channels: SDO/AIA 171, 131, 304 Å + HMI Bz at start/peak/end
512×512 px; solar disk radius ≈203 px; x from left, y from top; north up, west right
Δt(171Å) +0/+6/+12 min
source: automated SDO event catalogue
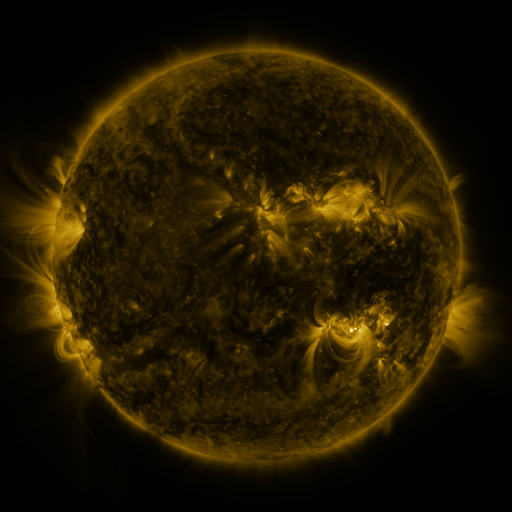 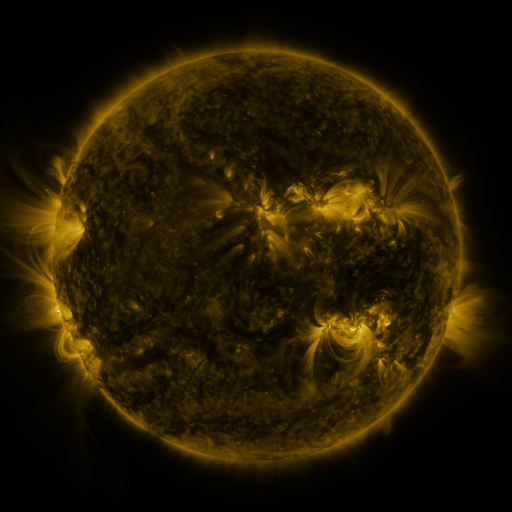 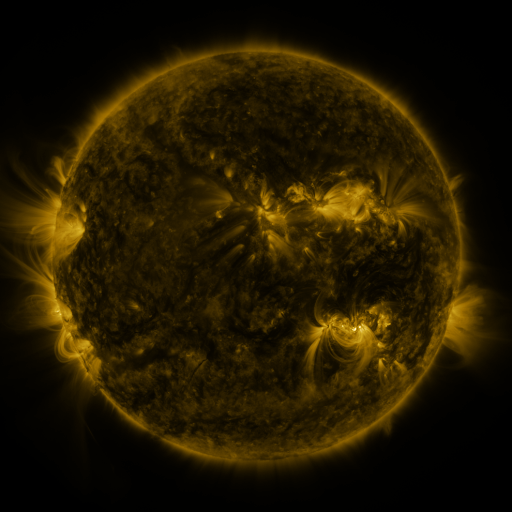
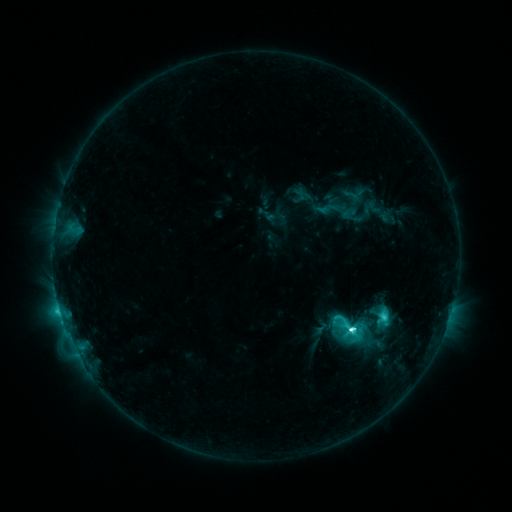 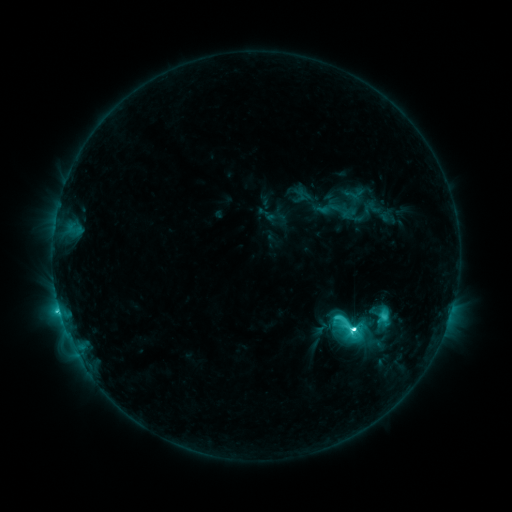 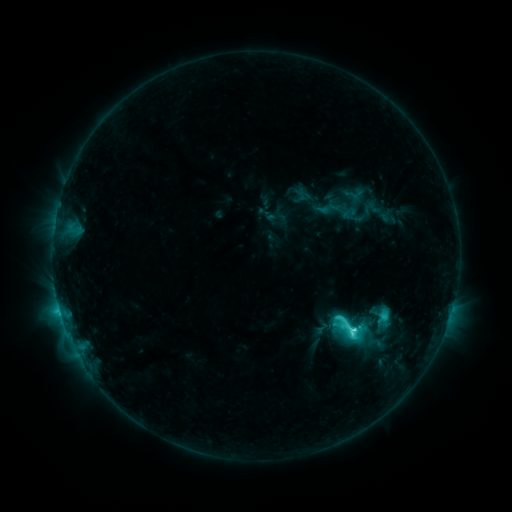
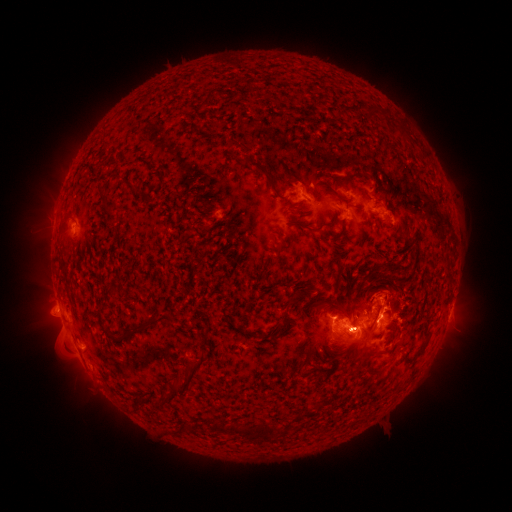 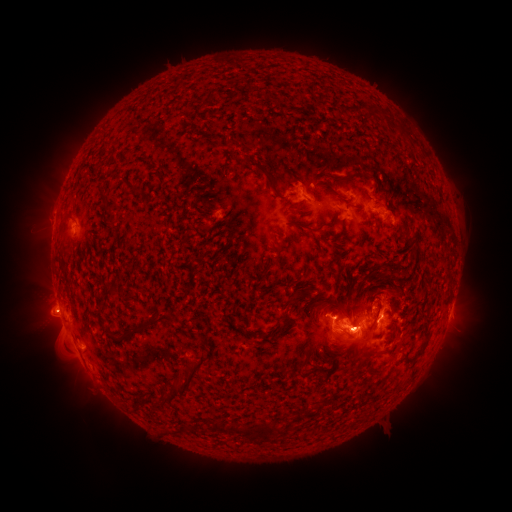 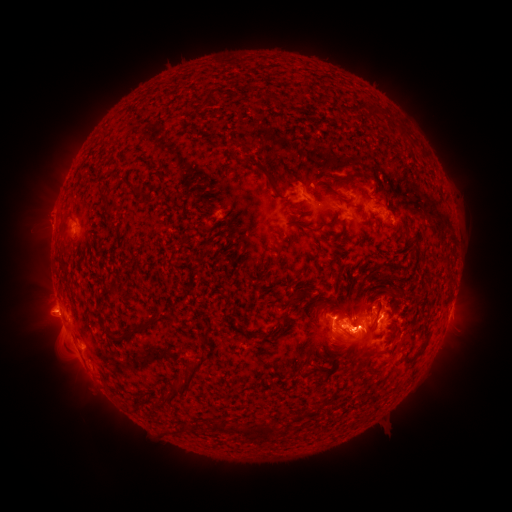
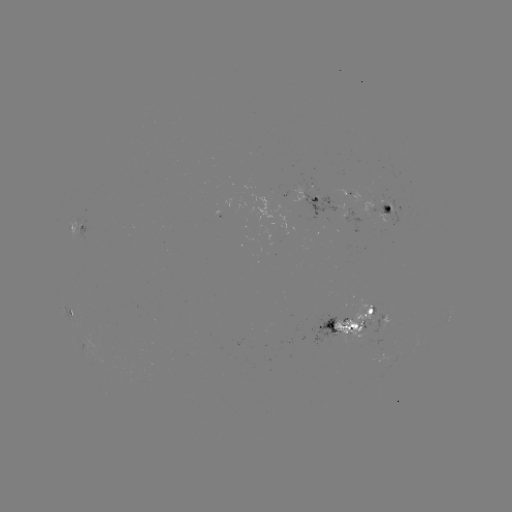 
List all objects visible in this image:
eruption: (46, 212)
